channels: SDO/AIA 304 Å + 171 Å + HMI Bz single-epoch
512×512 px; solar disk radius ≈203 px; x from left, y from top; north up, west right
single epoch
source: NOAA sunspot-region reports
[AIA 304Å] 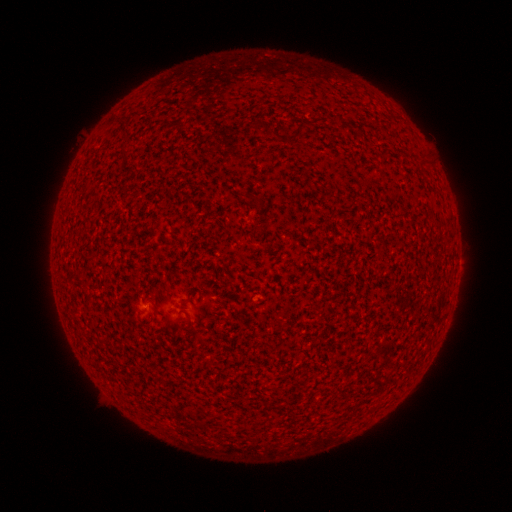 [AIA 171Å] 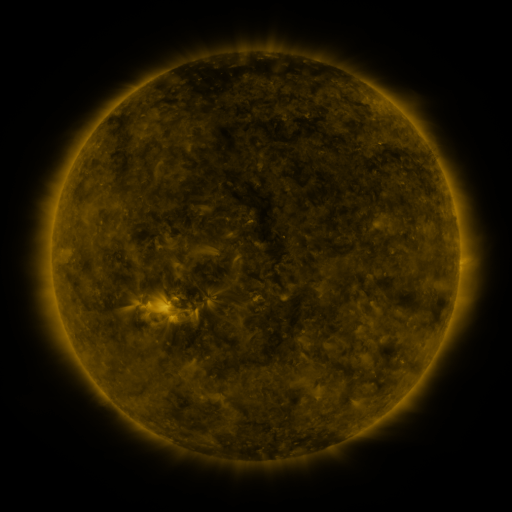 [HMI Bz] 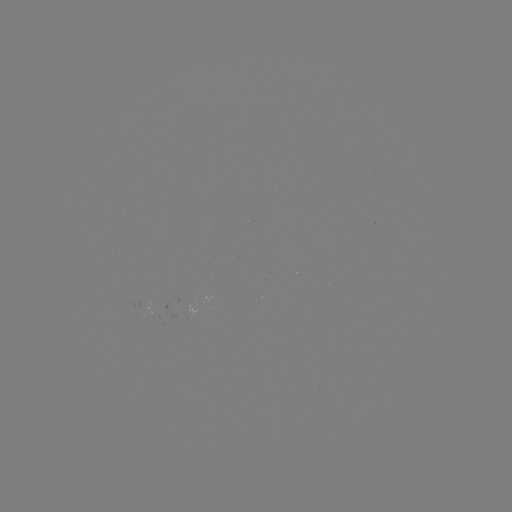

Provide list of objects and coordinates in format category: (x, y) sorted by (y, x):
spotted active region: (149, 308)
